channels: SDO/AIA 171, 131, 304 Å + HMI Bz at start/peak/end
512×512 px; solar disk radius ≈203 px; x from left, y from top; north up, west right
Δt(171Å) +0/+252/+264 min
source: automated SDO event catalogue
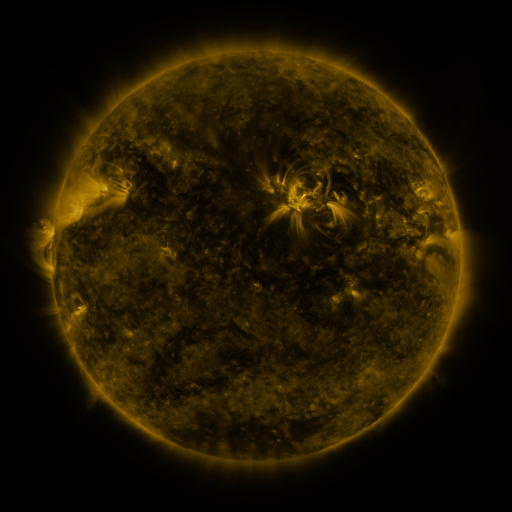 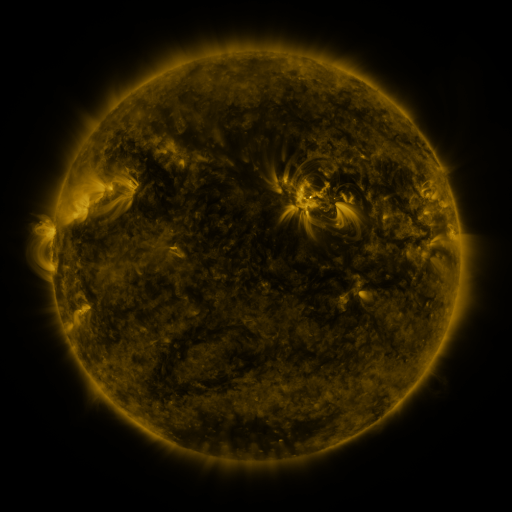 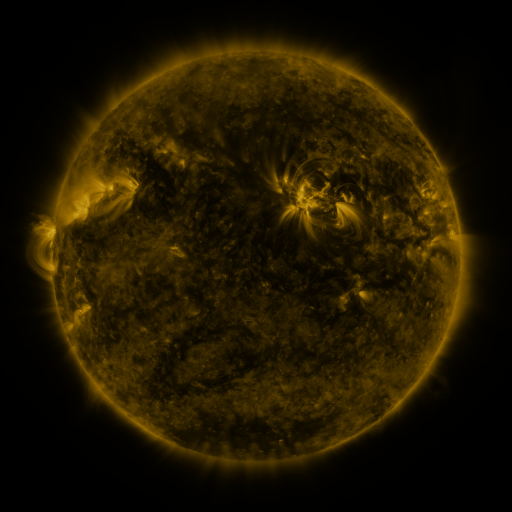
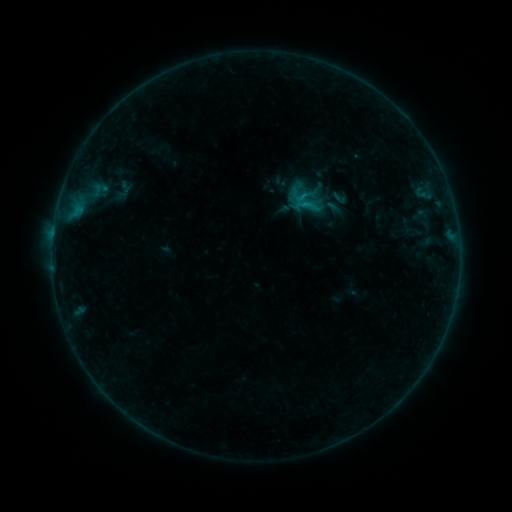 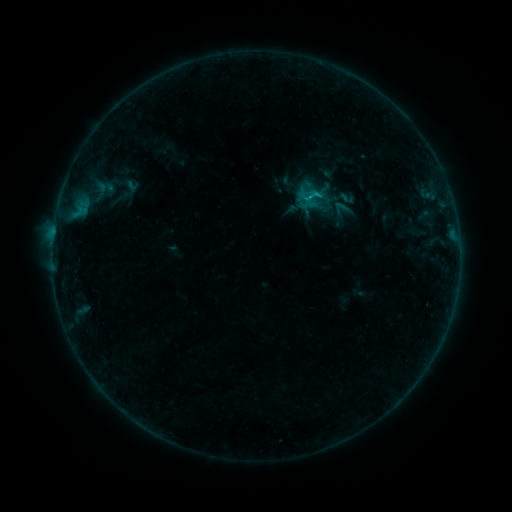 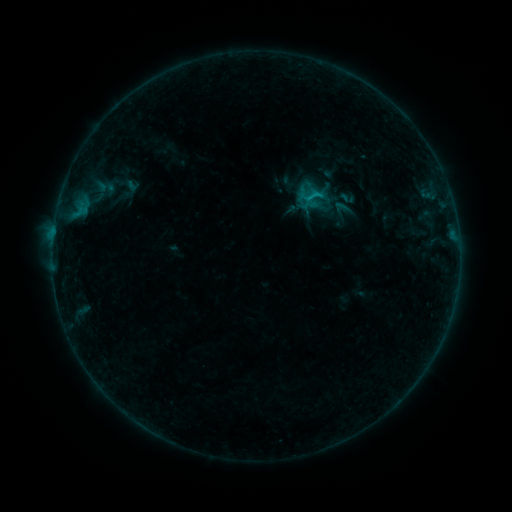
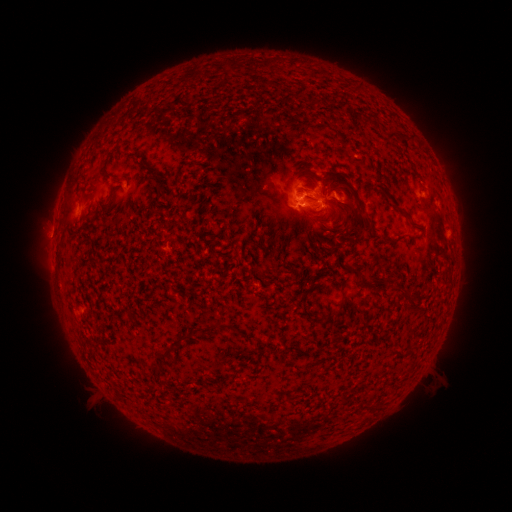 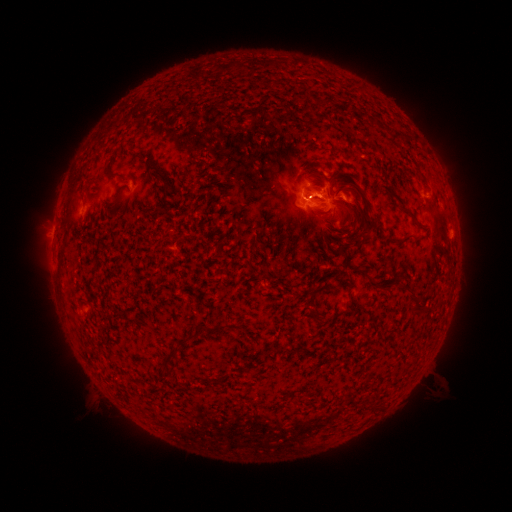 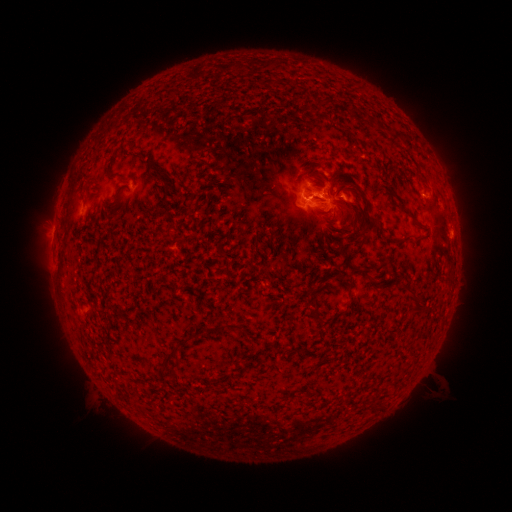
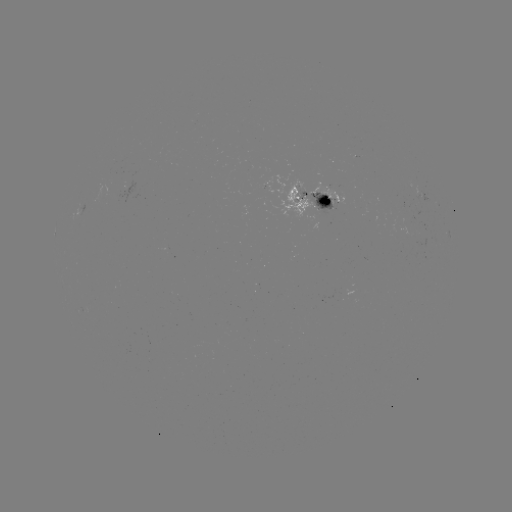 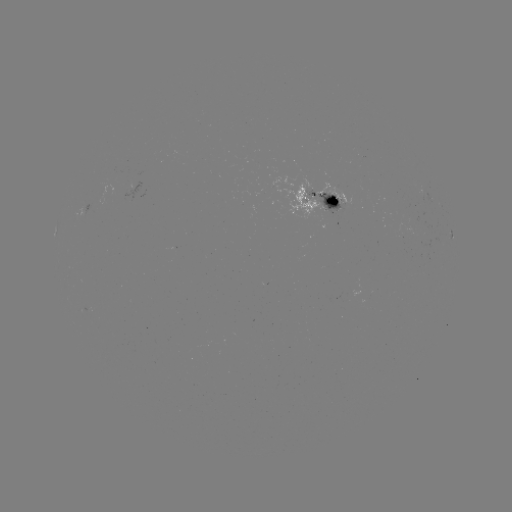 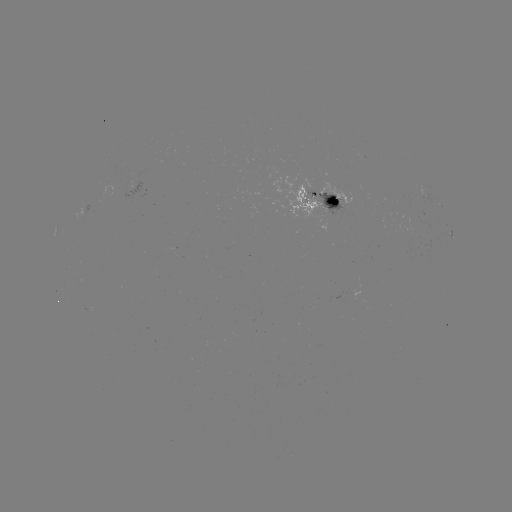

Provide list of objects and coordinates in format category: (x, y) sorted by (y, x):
emerging-flux region: (311, 191)
